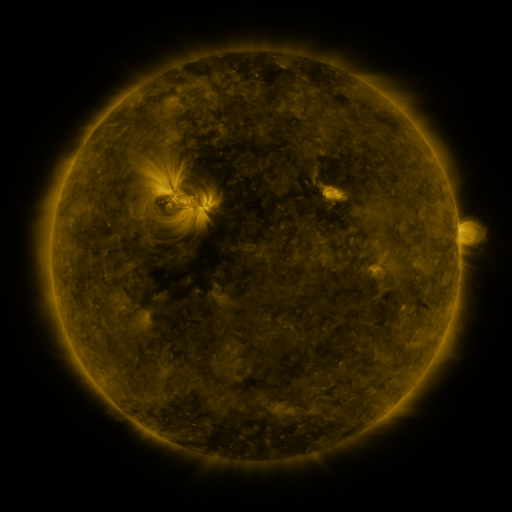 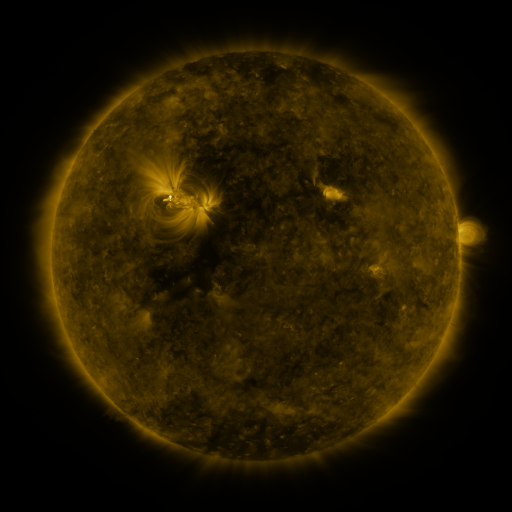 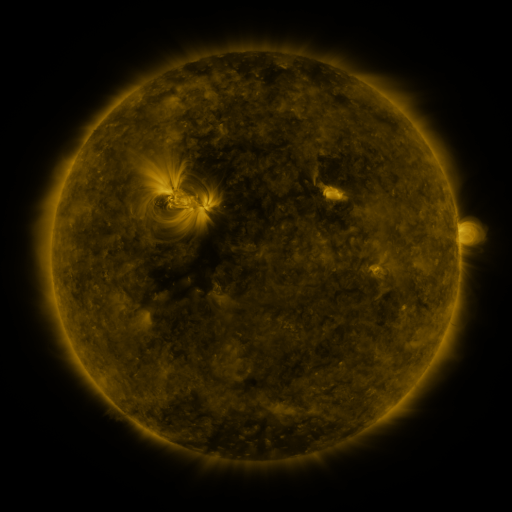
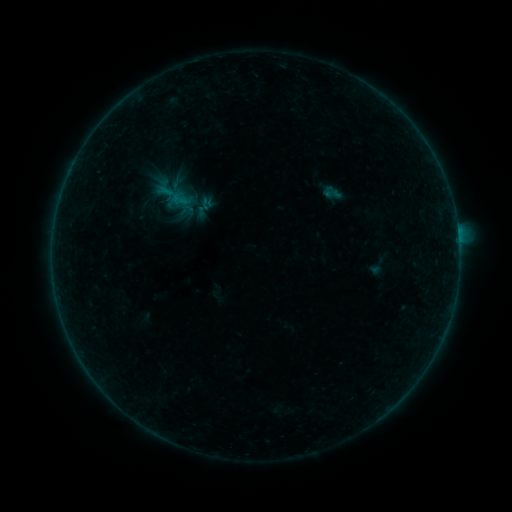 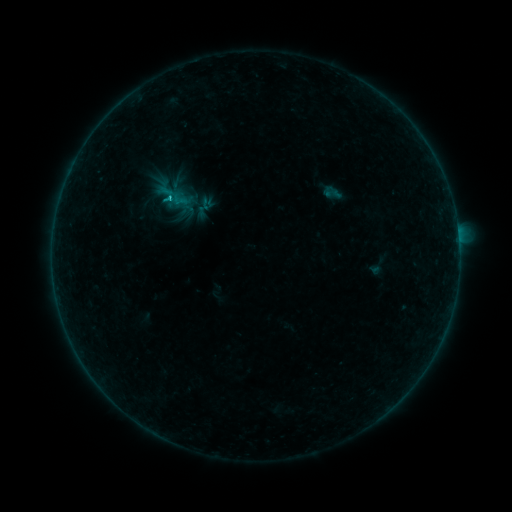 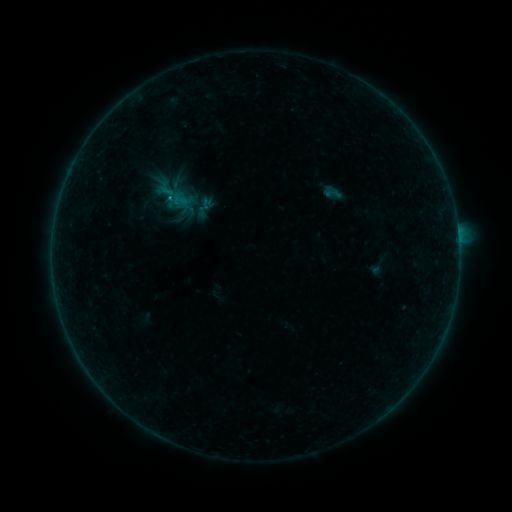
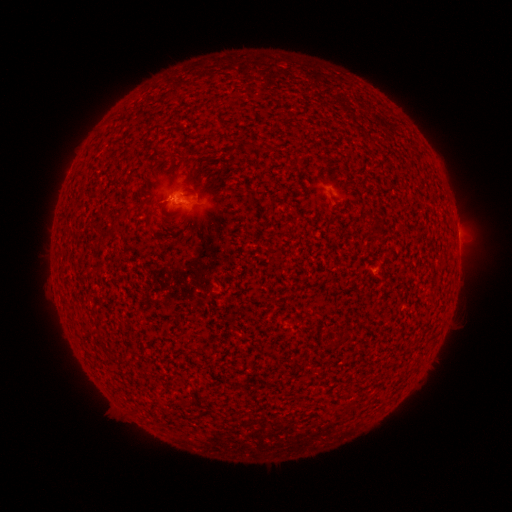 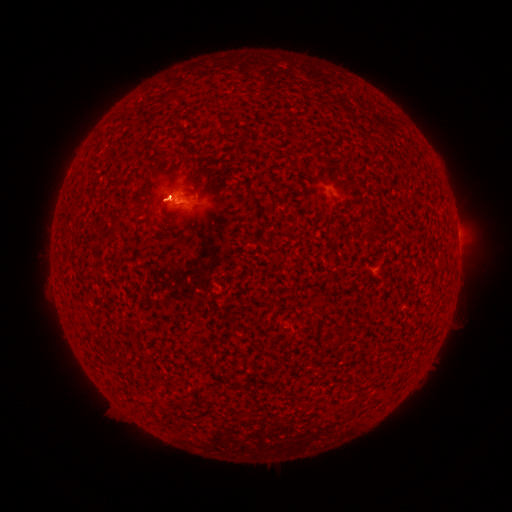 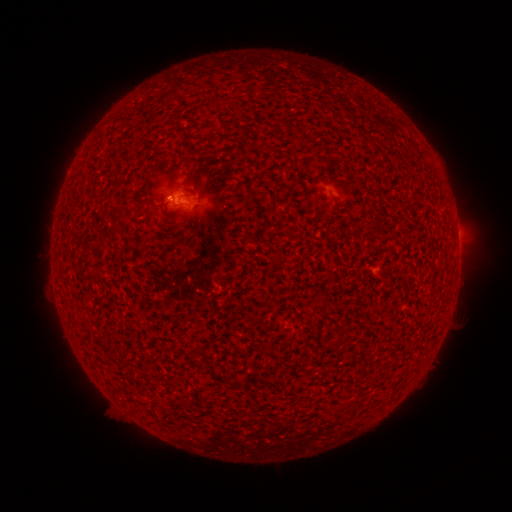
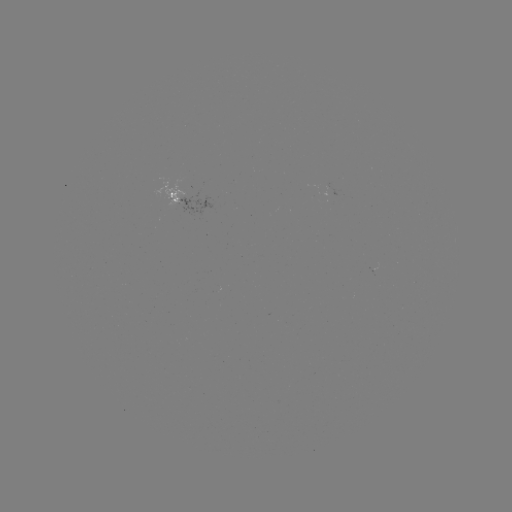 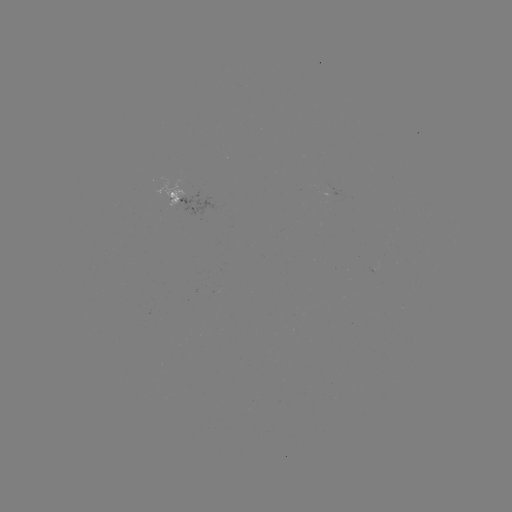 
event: flare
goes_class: B7.2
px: (169, 199)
